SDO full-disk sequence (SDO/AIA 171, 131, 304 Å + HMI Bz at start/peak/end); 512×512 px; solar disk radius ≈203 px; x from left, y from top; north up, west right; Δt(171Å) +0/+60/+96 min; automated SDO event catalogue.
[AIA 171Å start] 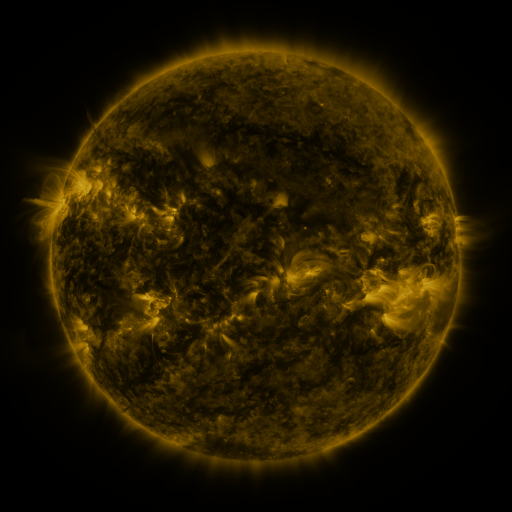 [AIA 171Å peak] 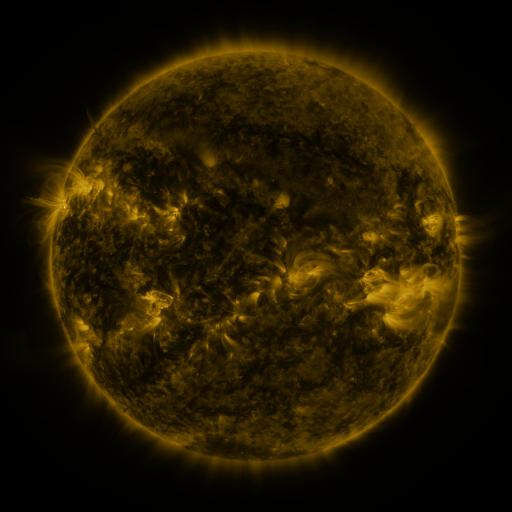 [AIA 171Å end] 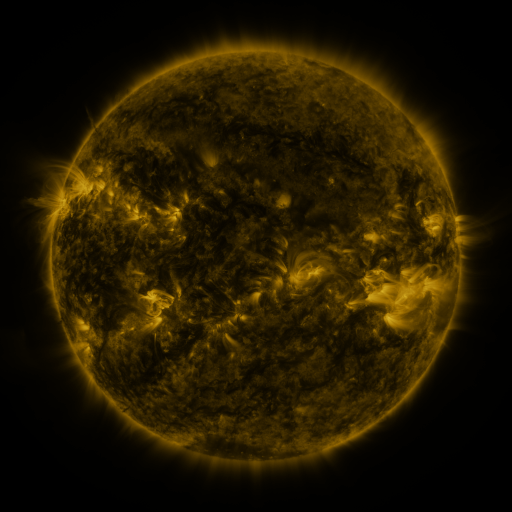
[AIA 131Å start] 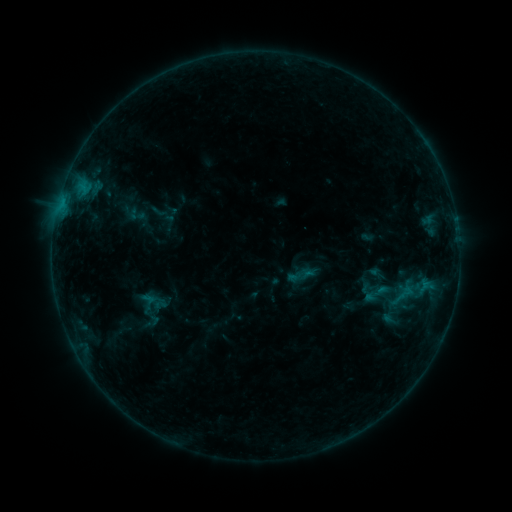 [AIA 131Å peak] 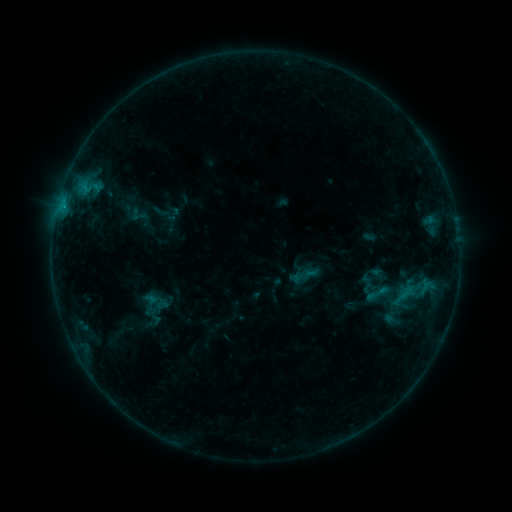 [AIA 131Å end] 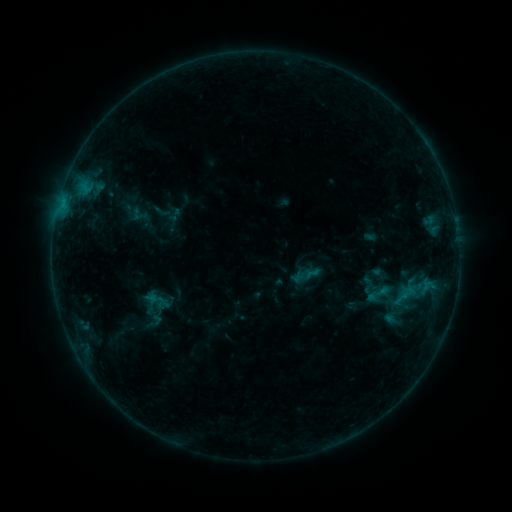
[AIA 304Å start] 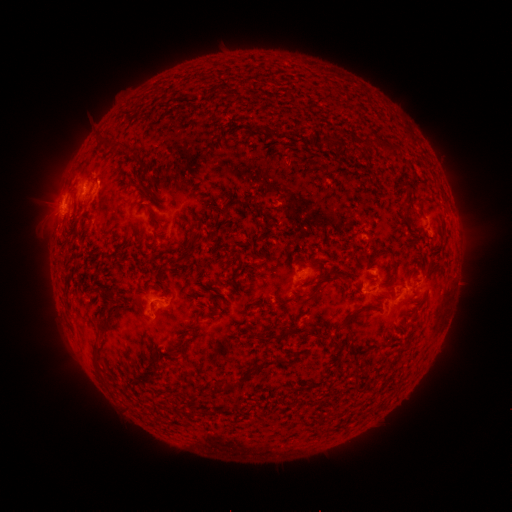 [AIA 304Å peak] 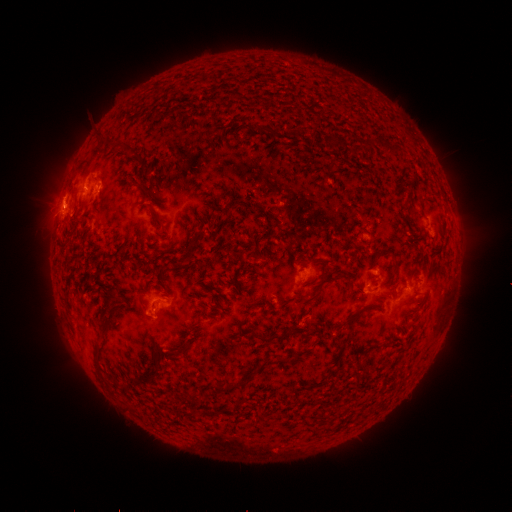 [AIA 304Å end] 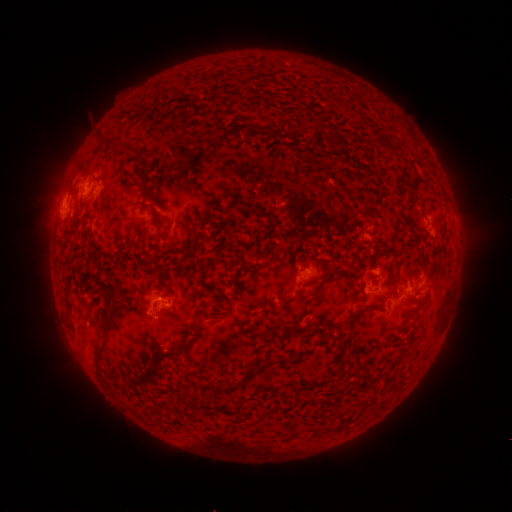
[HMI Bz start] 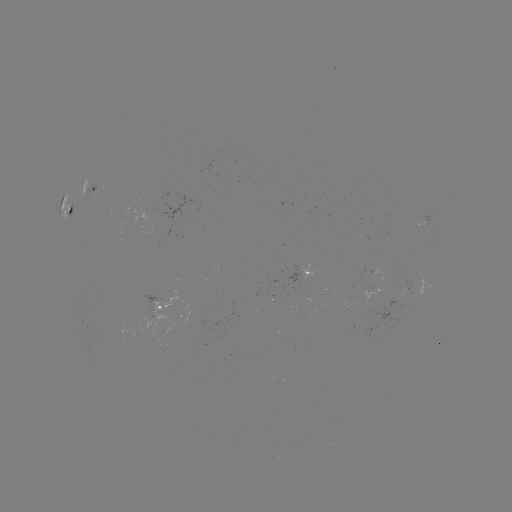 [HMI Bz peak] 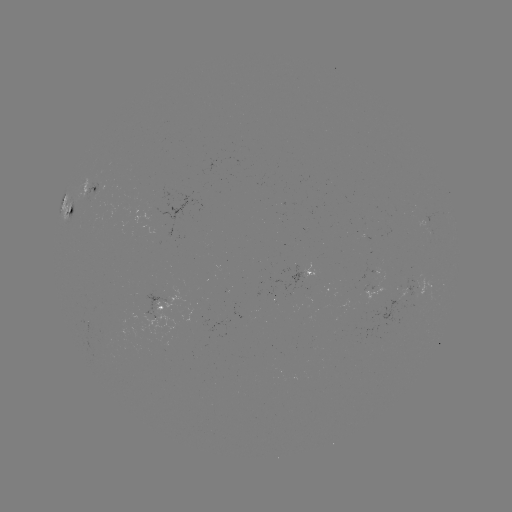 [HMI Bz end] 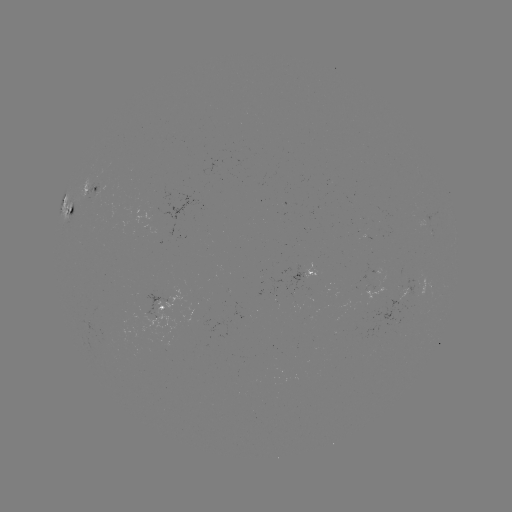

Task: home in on emerging-flux region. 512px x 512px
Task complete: (425, 225).